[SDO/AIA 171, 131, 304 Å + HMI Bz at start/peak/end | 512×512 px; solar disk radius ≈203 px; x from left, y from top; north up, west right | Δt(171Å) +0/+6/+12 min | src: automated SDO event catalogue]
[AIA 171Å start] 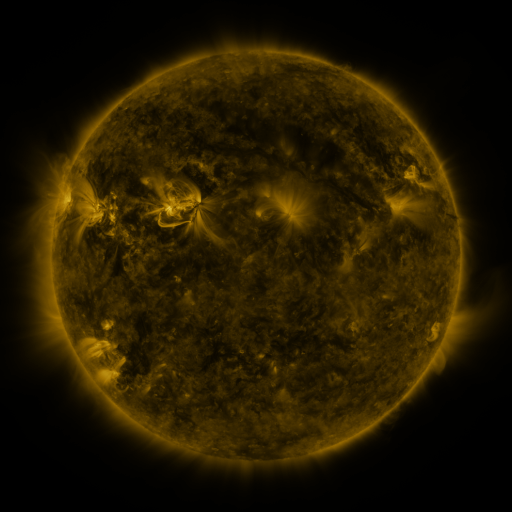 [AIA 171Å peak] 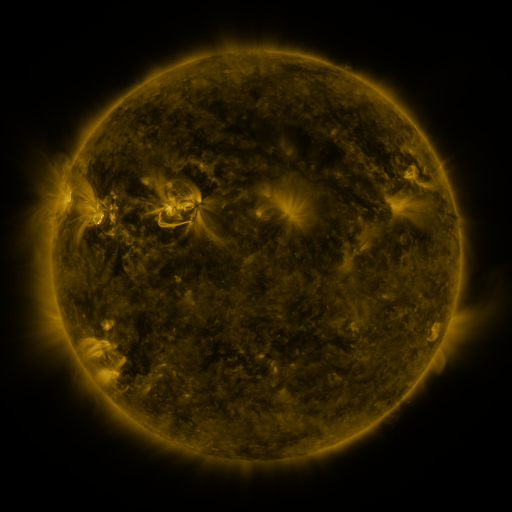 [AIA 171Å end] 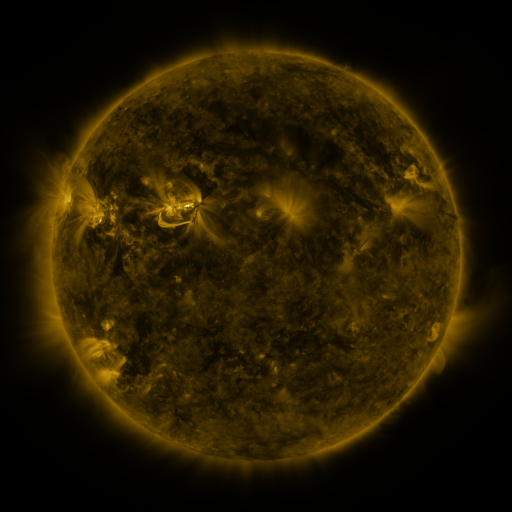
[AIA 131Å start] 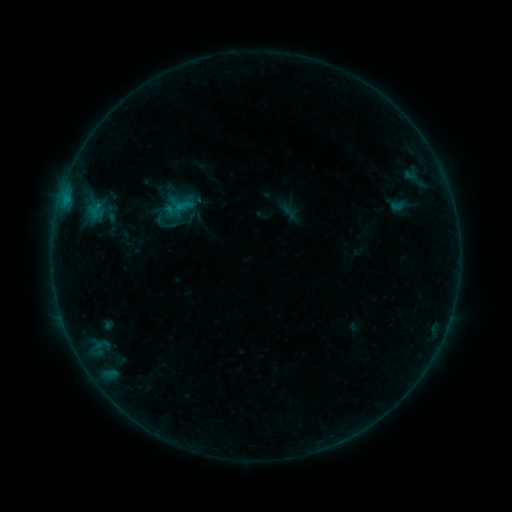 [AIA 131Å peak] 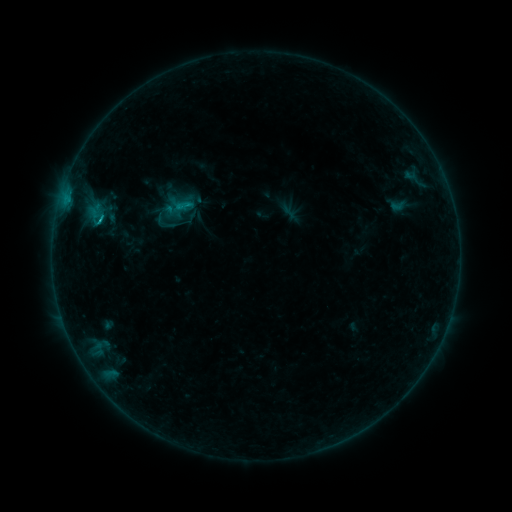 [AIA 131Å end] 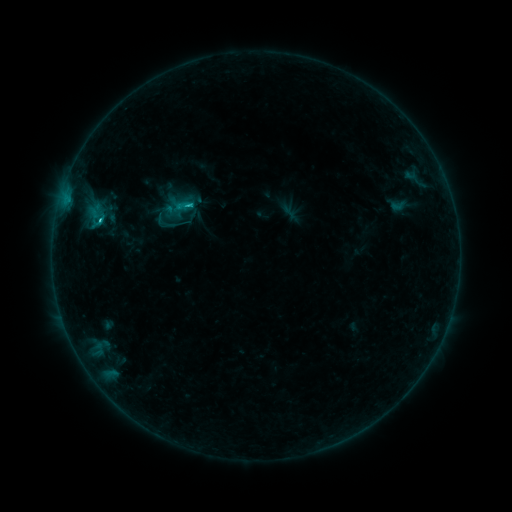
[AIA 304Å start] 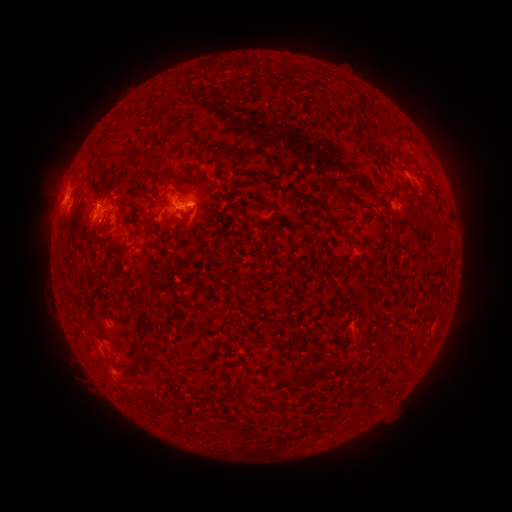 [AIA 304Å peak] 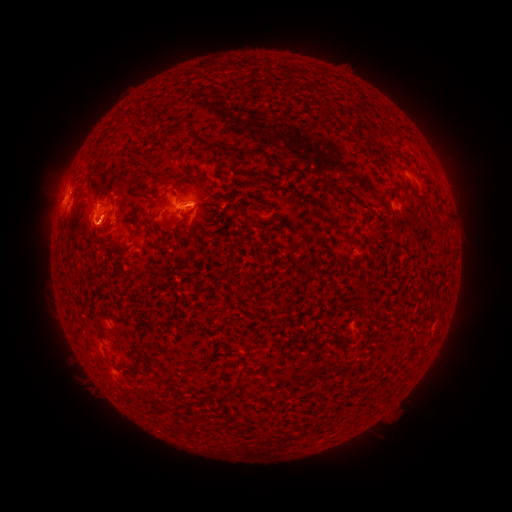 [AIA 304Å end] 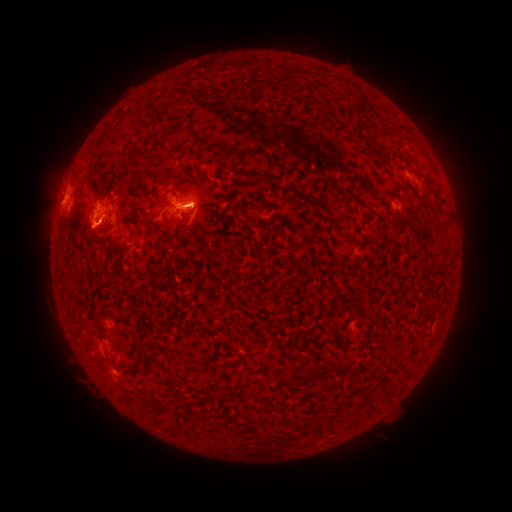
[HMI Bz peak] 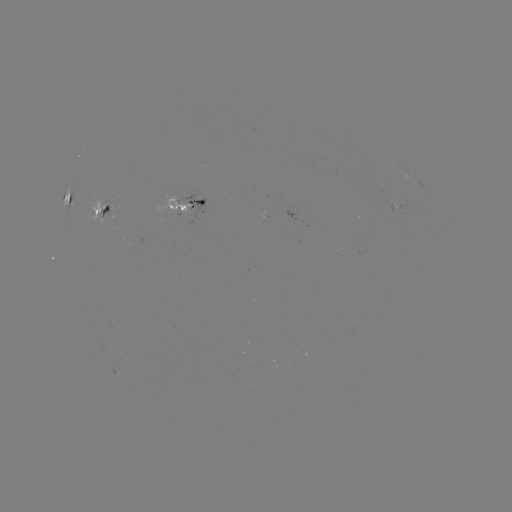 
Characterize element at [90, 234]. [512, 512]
eruption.